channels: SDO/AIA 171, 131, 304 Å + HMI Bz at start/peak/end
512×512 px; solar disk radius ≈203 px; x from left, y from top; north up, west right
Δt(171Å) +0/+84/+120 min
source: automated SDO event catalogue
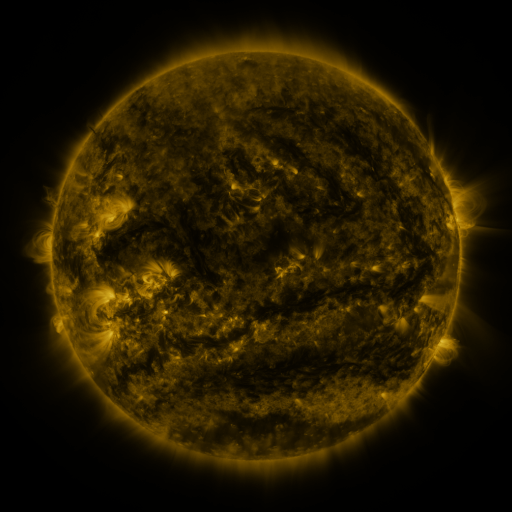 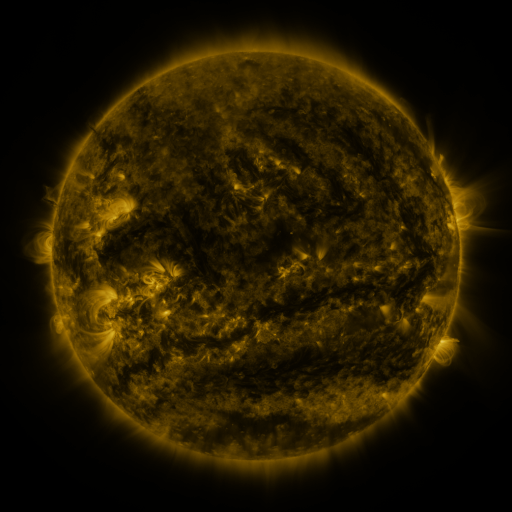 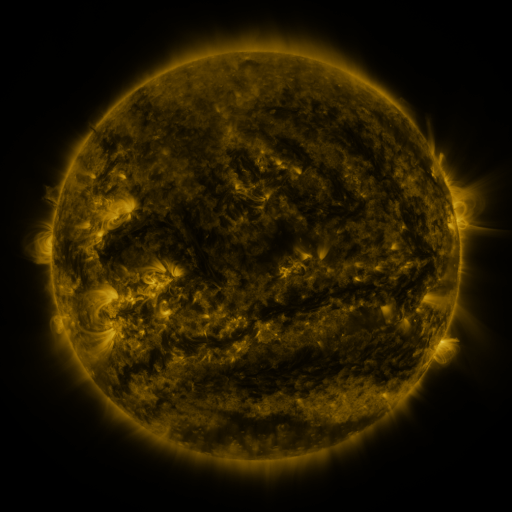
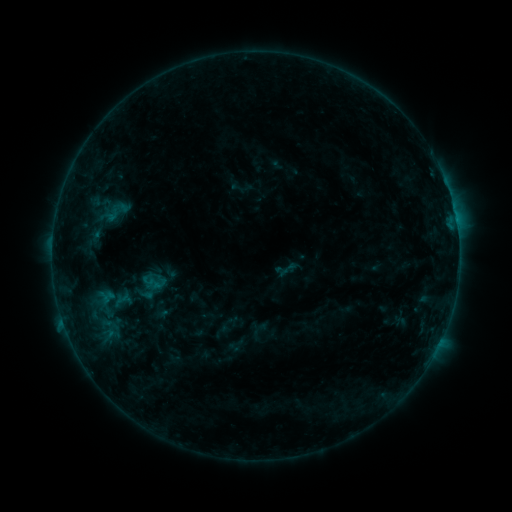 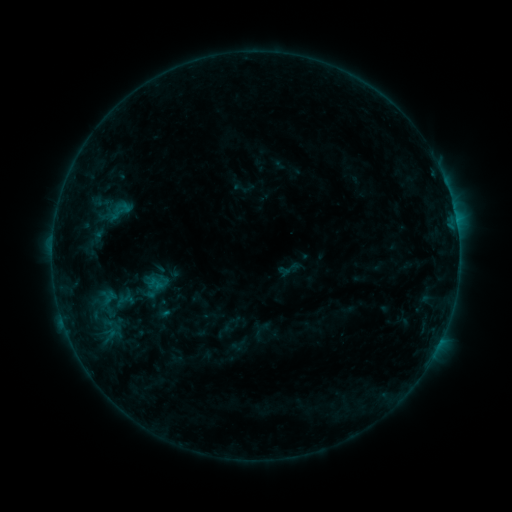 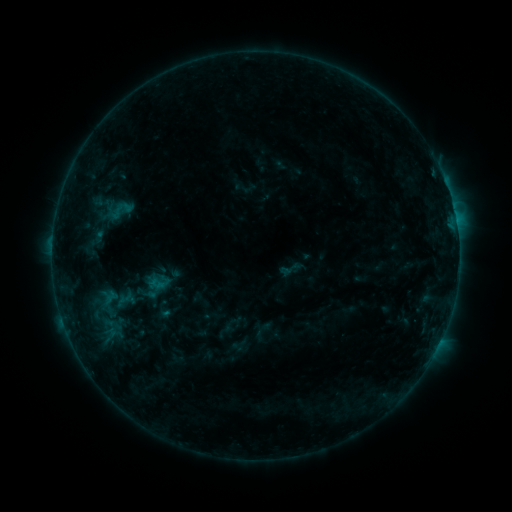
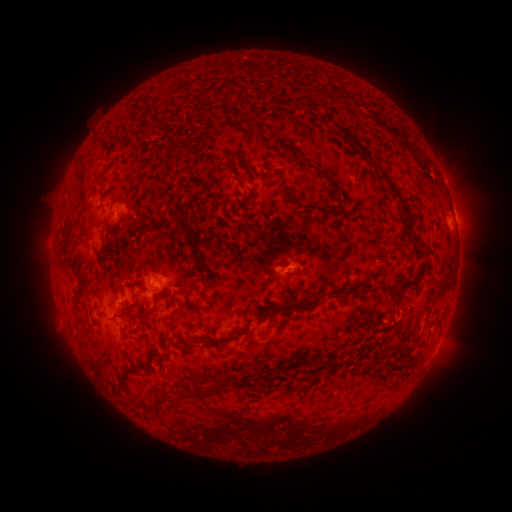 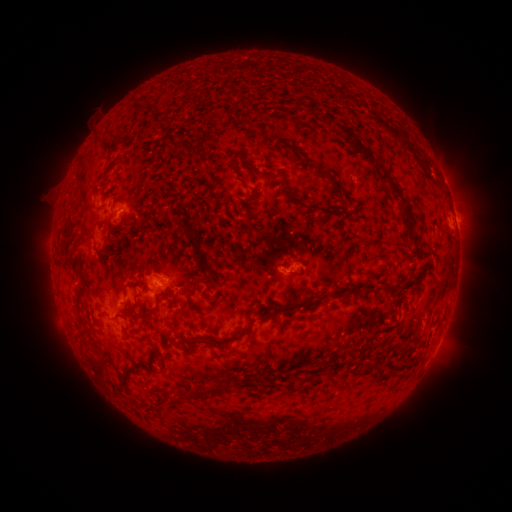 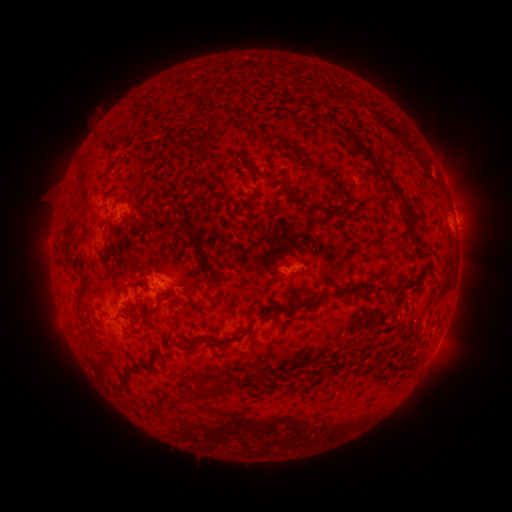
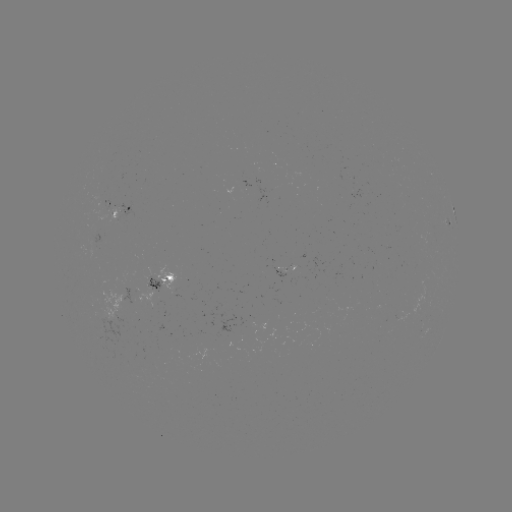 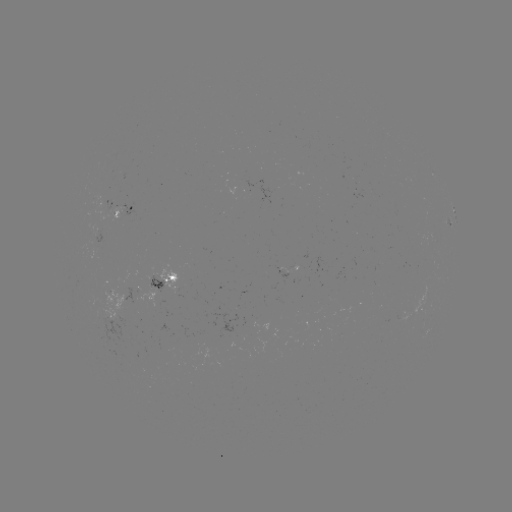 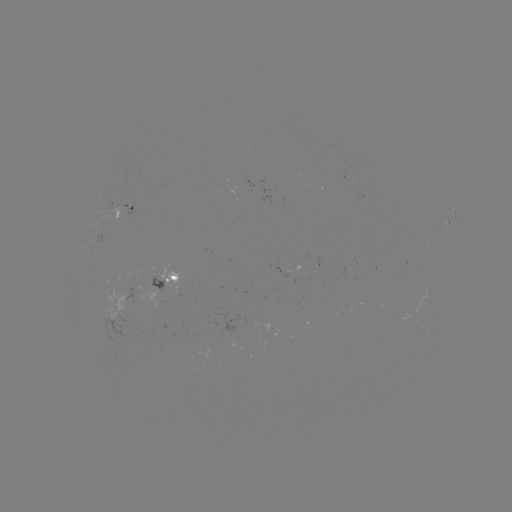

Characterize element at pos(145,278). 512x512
emerging-flux region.